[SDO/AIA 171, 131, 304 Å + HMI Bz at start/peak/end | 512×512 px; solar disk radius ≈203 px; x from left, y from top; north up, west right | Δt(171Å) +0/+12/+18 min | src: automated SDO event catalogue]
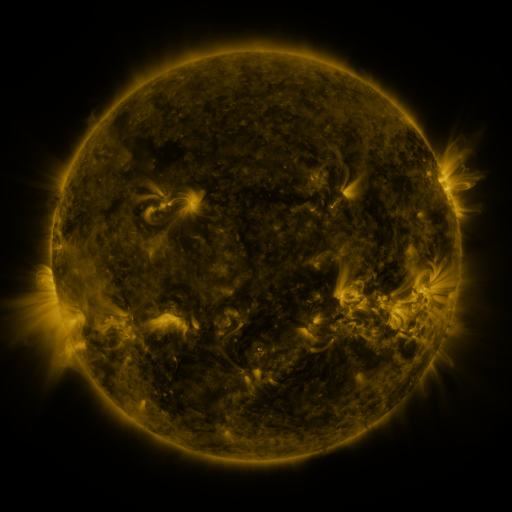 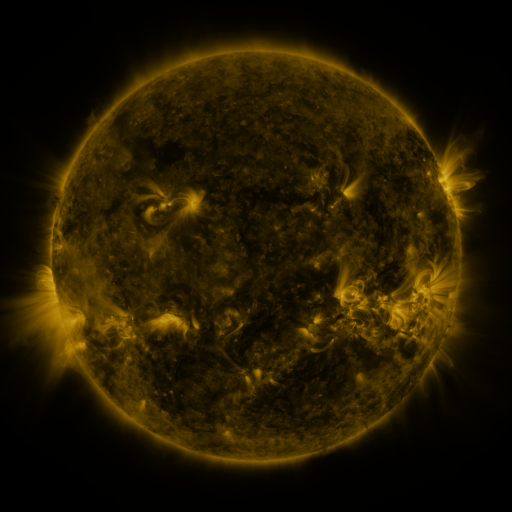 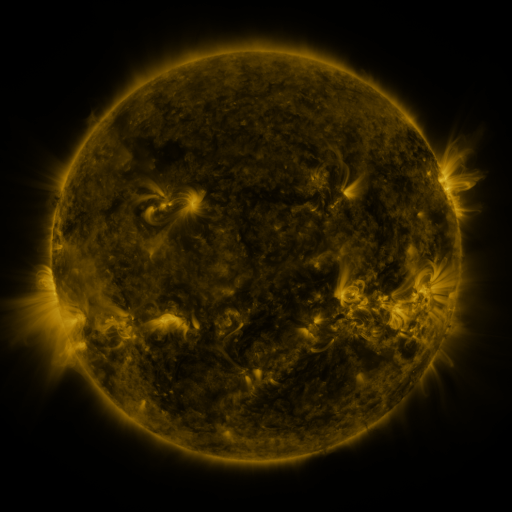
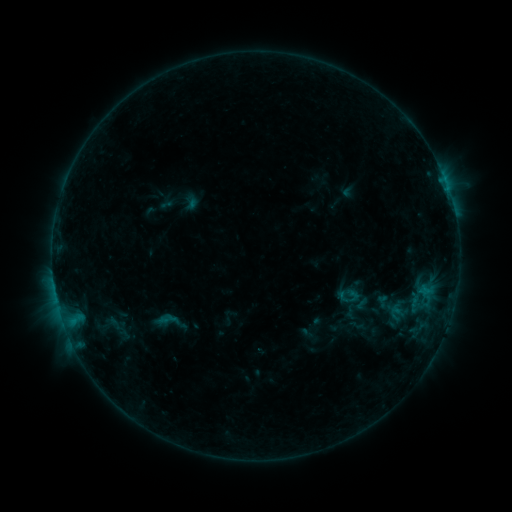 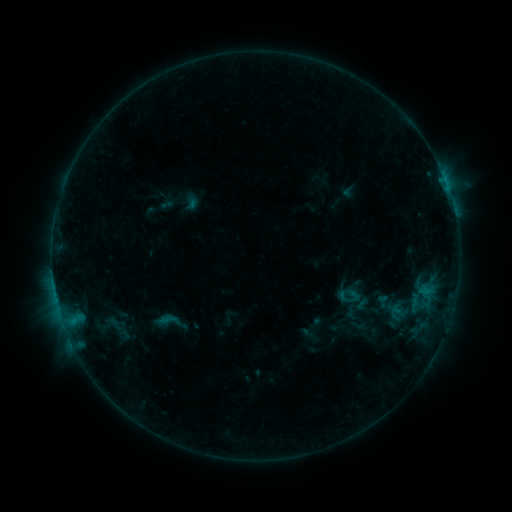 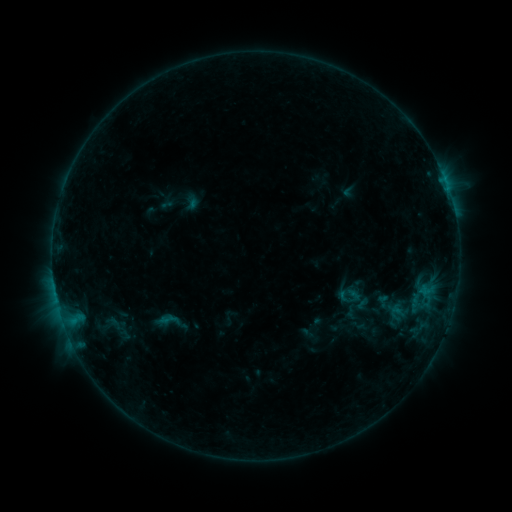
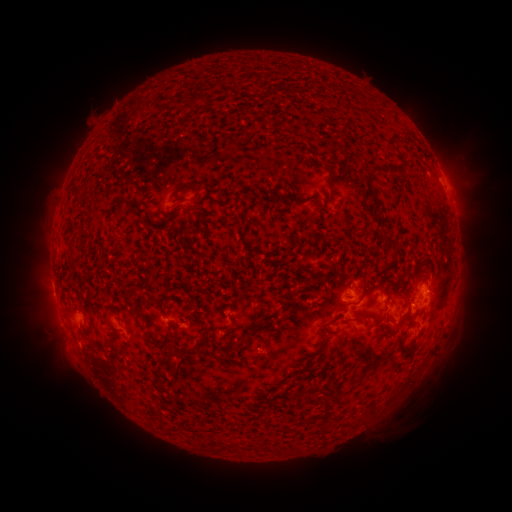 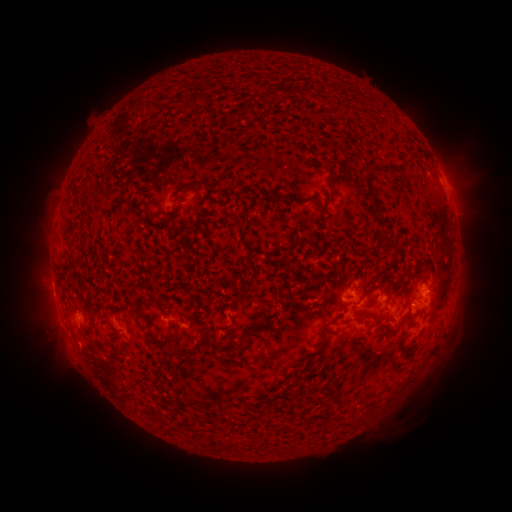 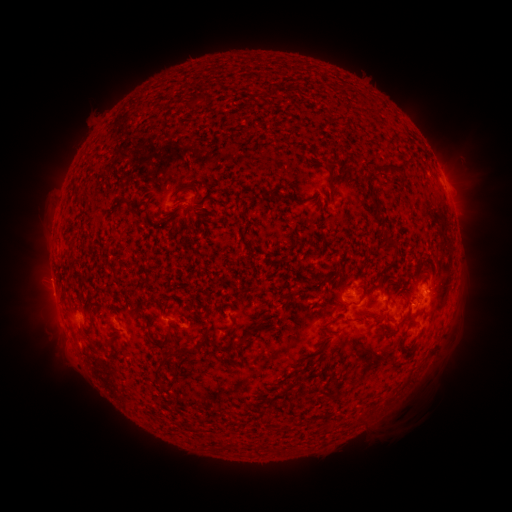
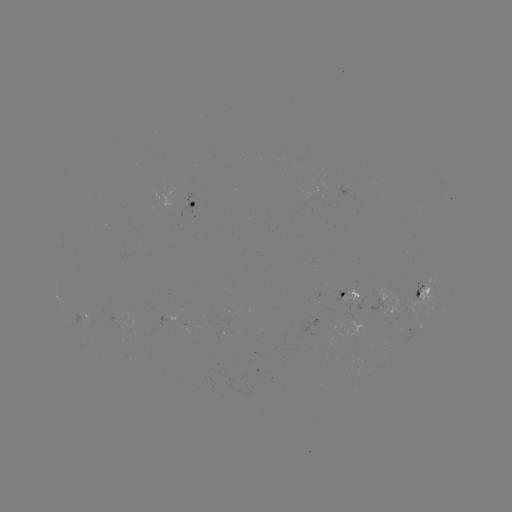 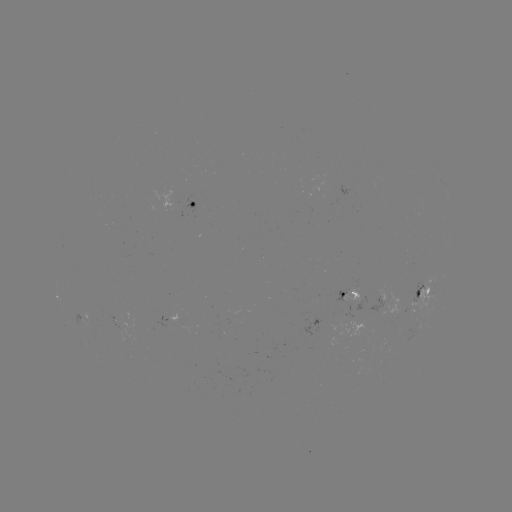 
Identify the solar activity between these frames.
no catalogued flare and no flagged EUV brightening in this window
